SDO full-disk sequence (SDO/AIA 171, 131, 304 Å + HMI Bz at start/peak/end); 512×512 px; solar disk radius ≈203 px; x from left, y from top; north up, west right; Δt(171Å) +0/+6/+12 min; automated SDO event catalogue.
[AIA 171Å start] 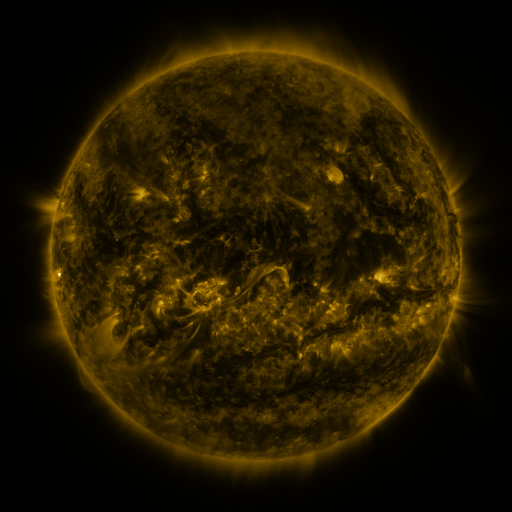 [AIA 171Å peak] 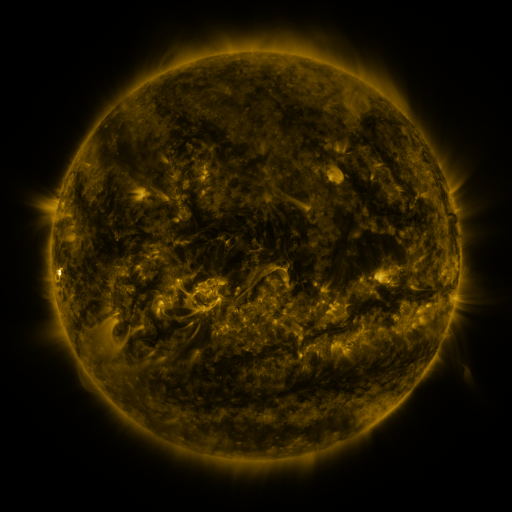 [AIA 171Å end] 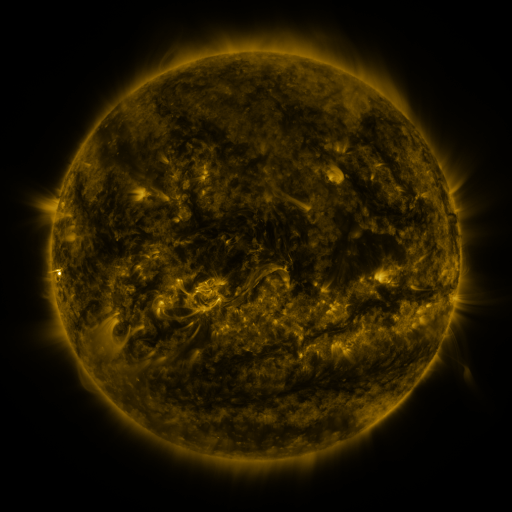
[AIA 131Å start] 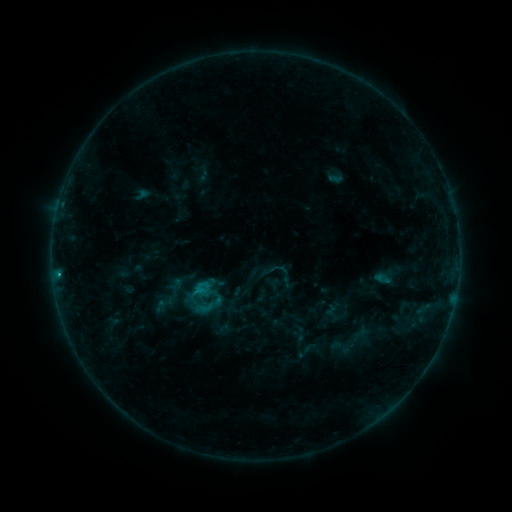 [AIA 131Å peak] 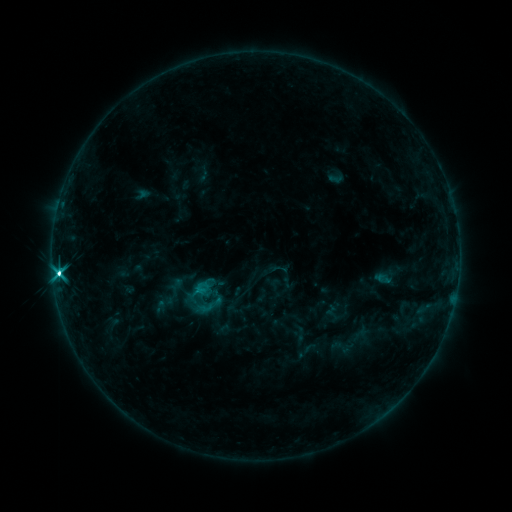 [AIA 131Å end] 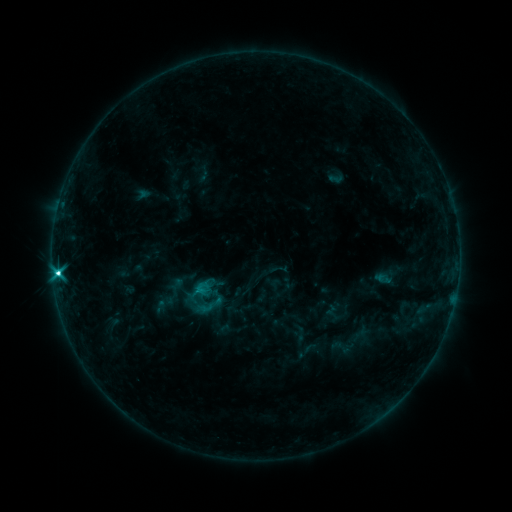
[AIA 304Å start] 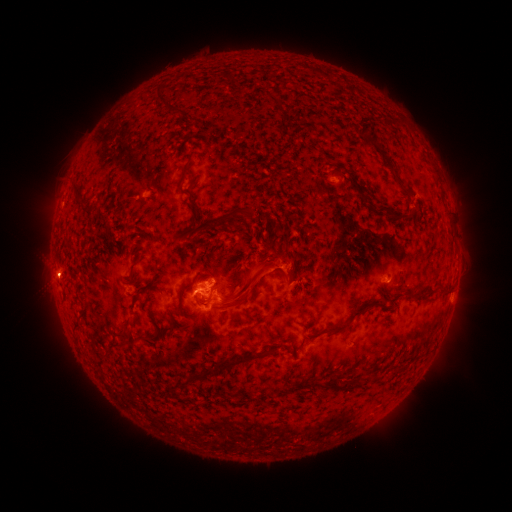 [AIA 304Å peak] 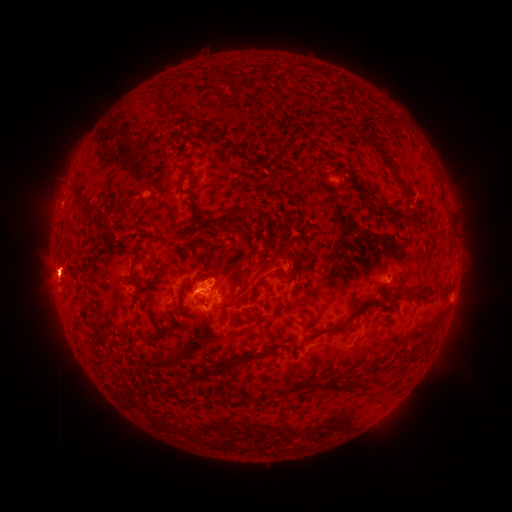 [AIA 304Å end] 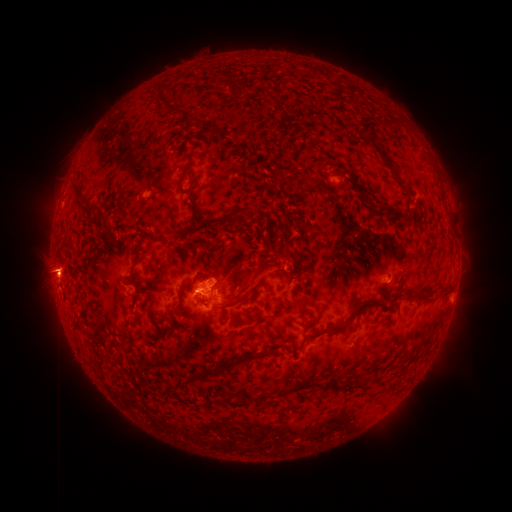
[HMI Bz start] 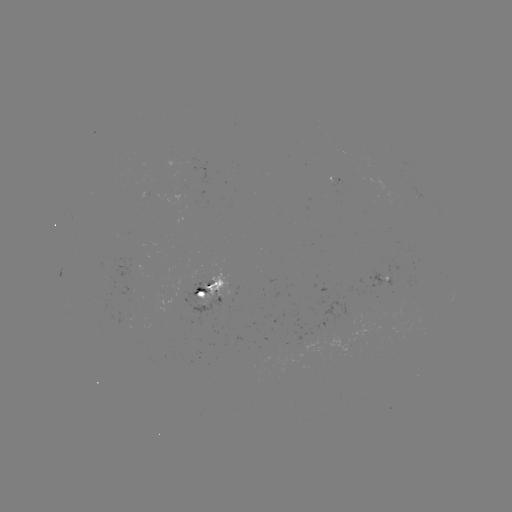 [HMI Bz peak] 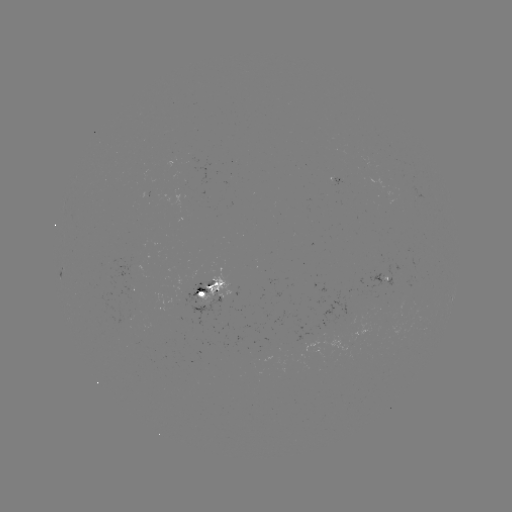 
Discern C7.1 flare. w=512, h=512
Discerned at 60,274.